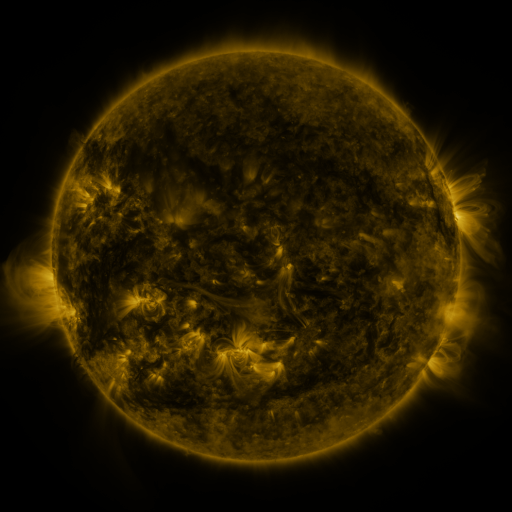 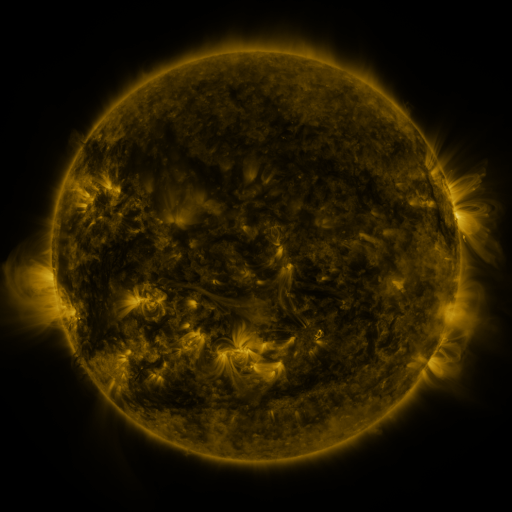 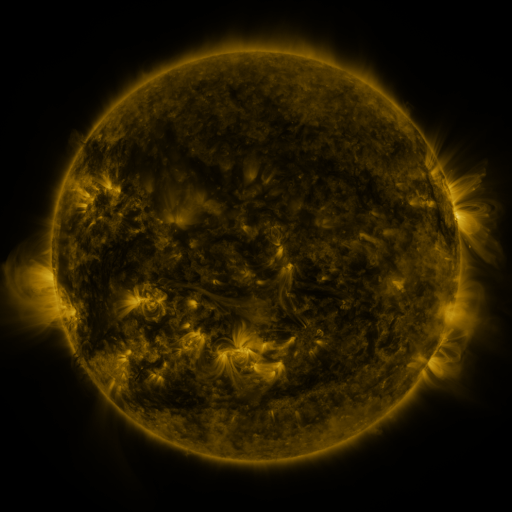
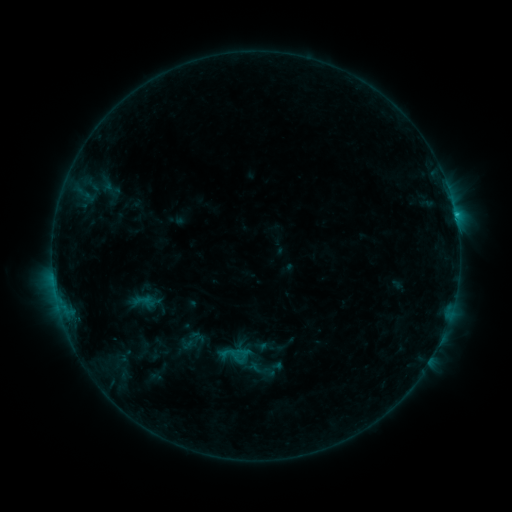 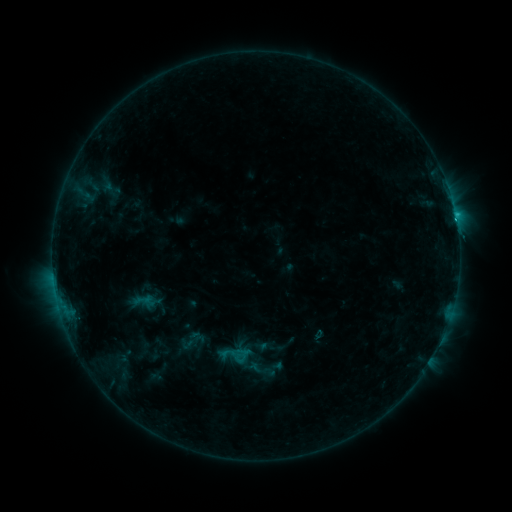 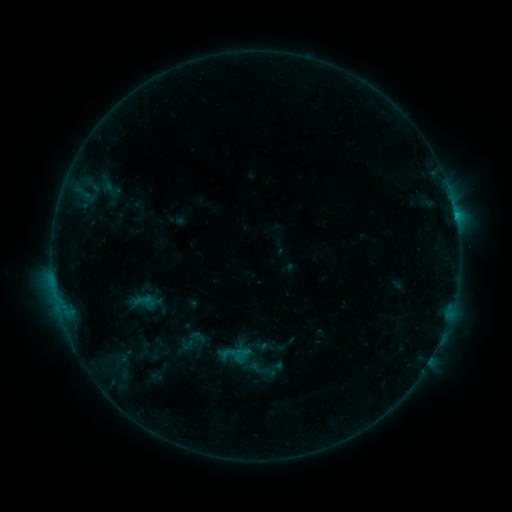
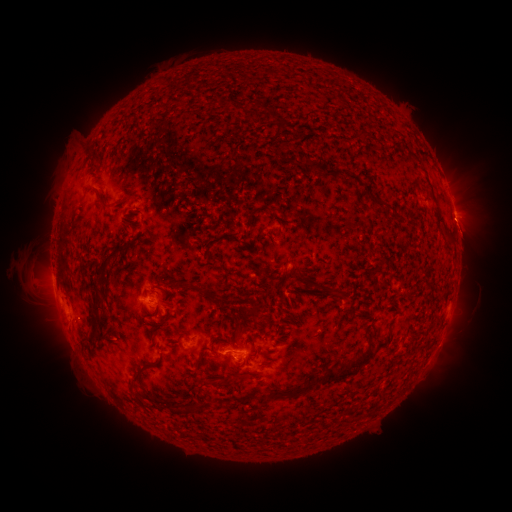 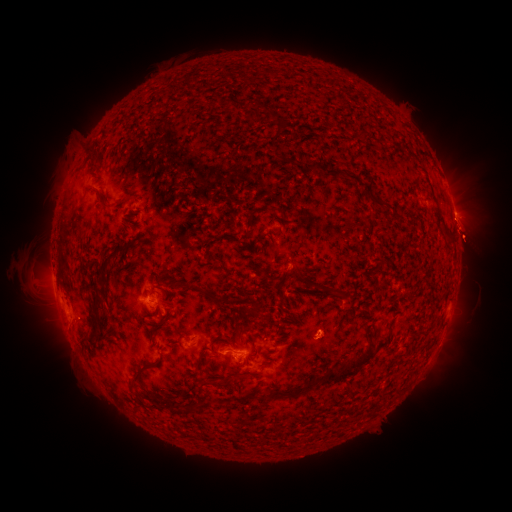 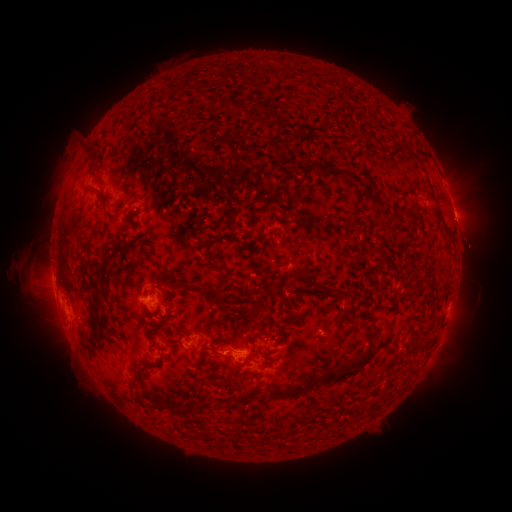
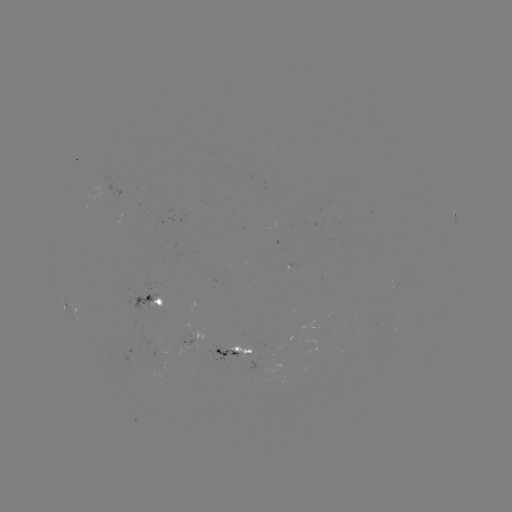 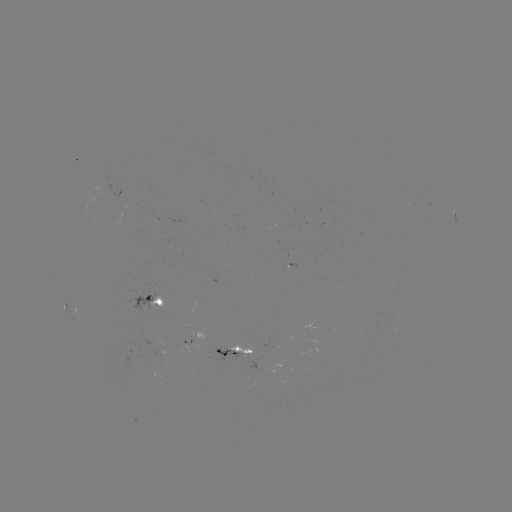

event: eruption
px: (465, 194)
